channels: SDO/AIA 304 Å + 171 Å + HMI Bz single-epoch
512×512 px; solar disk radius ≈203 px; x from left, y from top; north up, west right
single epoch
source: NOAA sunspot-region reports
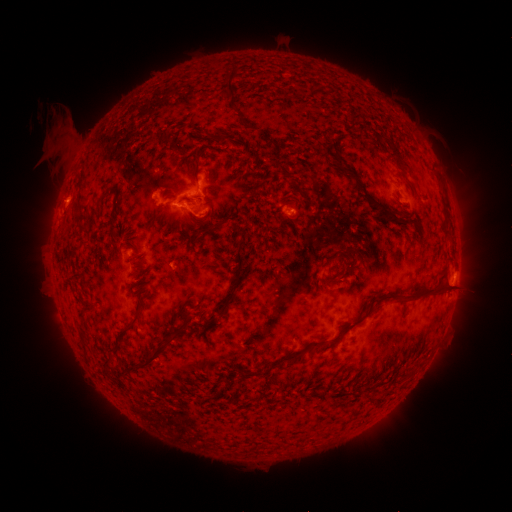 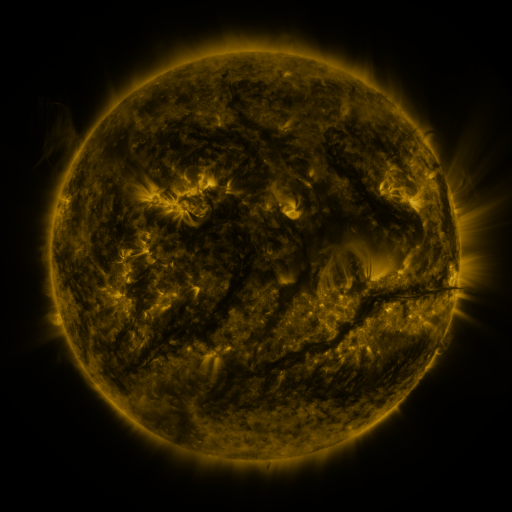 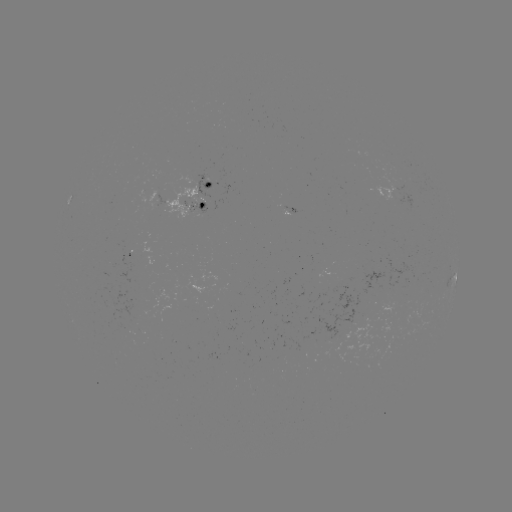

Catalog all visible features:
spotted active region: (200, 198)
spotted active region: (294, 211)
spotted active region: (455, 273)
